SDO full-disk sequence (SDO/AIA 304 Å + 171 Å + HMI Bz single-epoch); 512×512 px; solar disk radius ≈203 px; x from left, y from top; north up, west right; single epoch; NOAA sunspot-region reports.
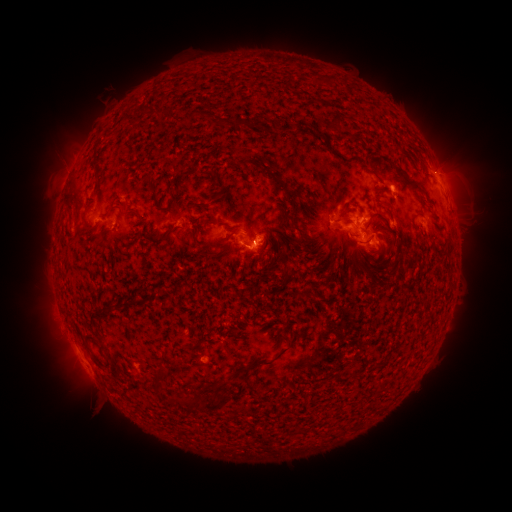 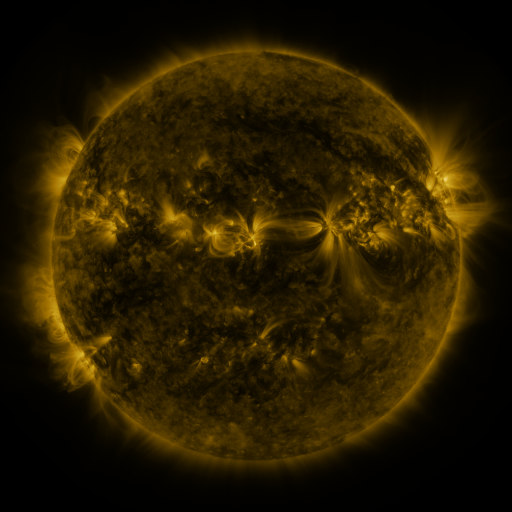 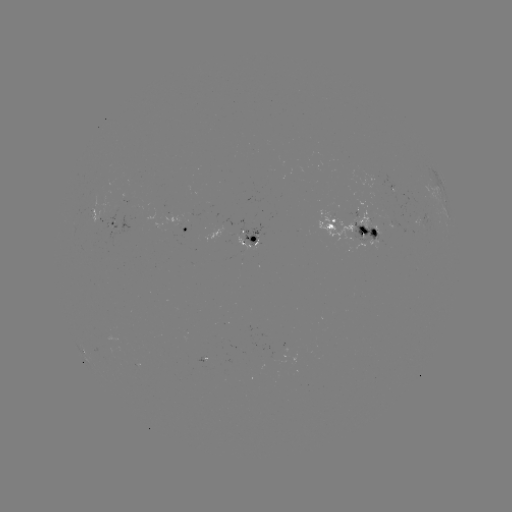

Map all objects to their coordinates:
spotted active region: (445, 205)
spotted active region: (108, 222)
spotted active region: (352, 230)
spotted active region: (187, 232)
spotted active region: (252, 237)
